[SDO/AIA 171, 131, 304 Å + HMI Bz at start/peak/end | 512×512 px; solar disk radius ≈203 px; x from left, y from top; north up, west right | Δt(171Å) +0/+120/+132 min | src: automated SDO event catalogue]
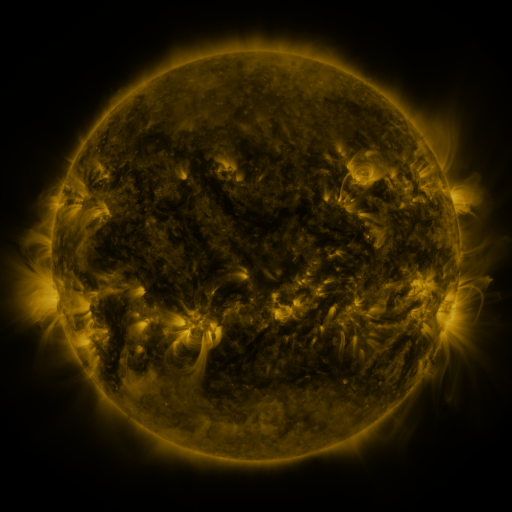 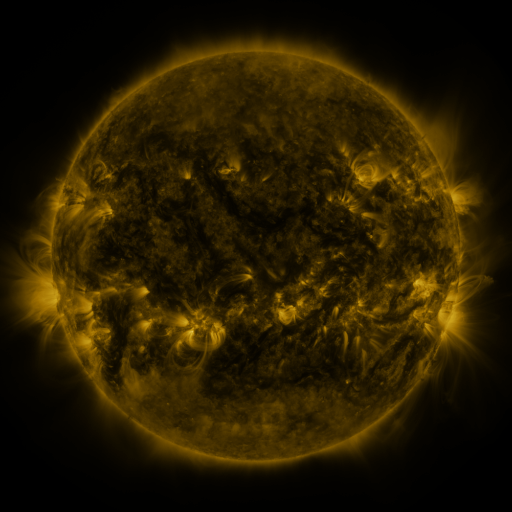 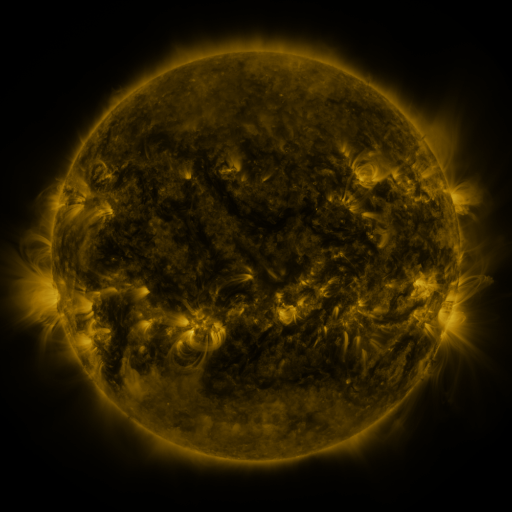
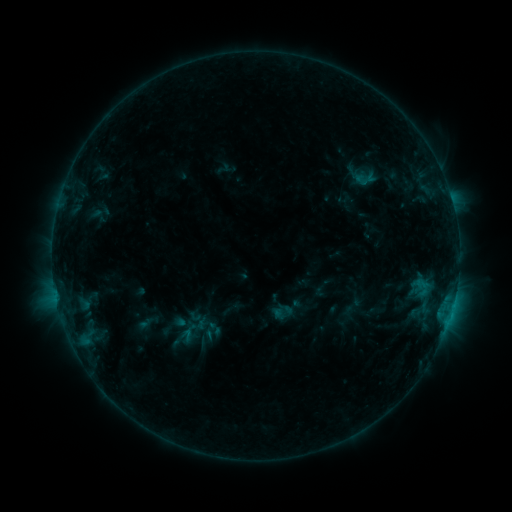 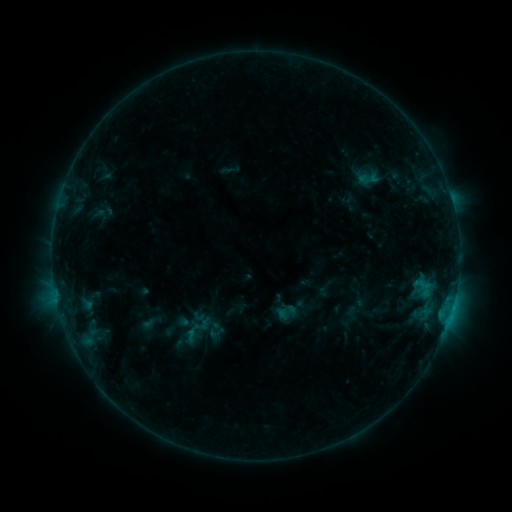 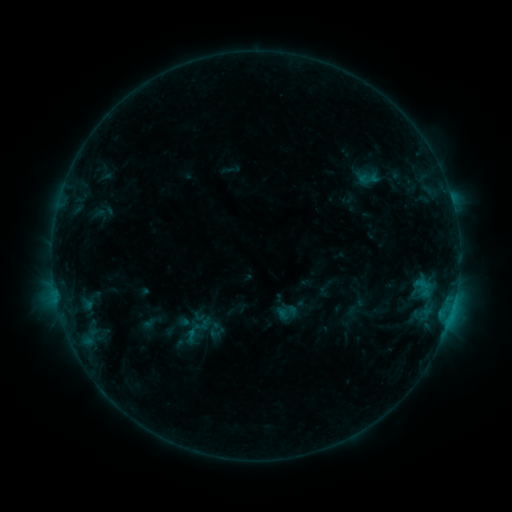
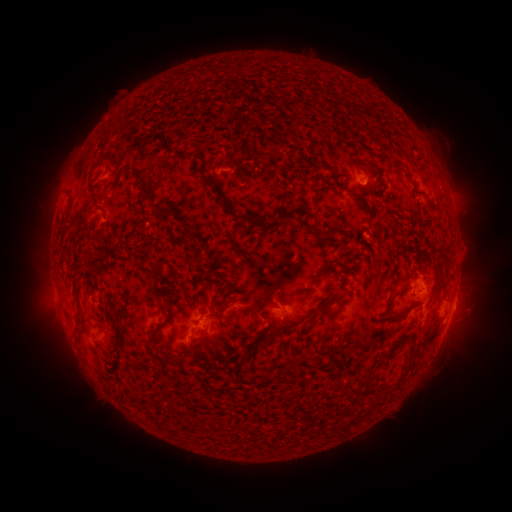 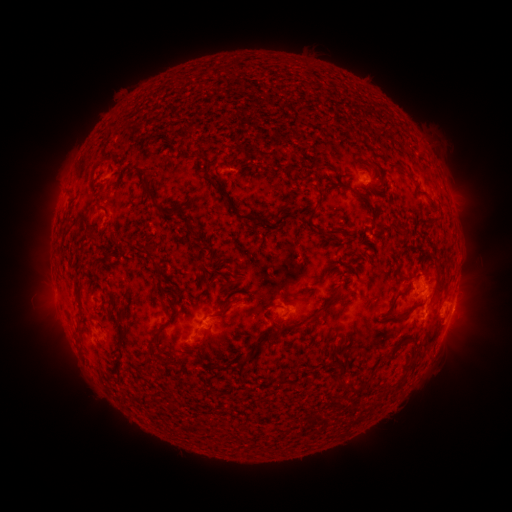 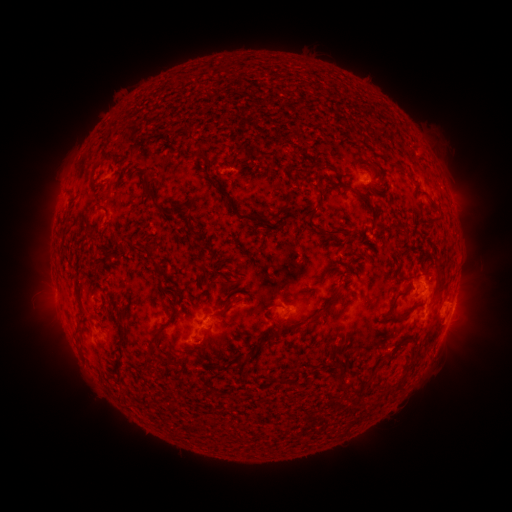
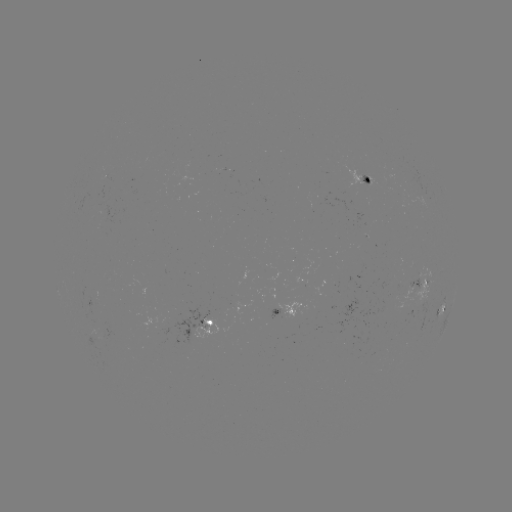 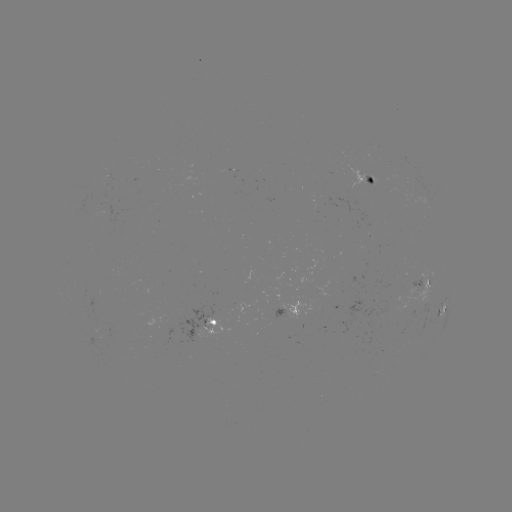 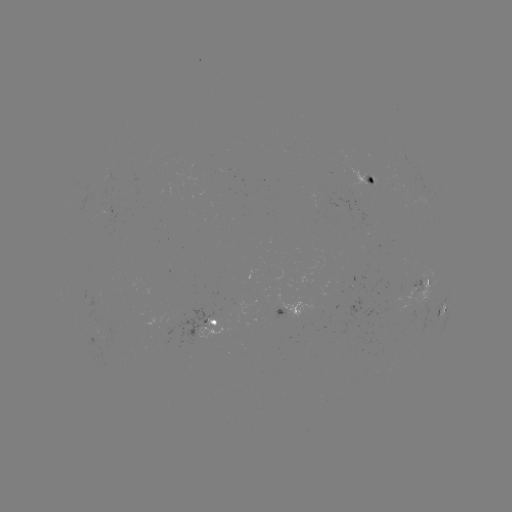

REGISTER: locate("emerging-flux region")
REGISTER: [368, 177]